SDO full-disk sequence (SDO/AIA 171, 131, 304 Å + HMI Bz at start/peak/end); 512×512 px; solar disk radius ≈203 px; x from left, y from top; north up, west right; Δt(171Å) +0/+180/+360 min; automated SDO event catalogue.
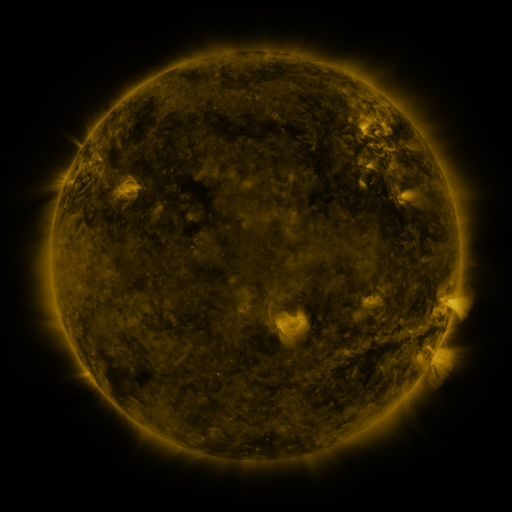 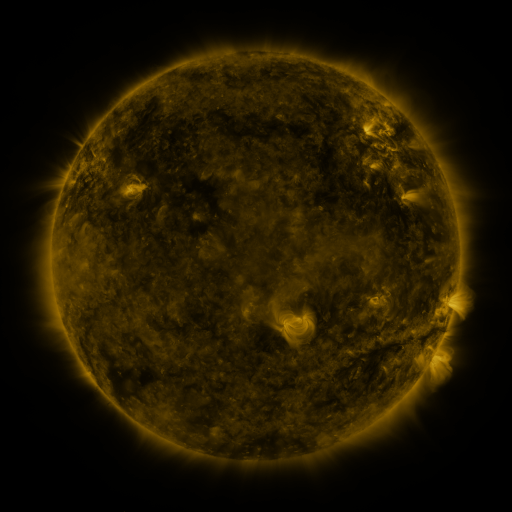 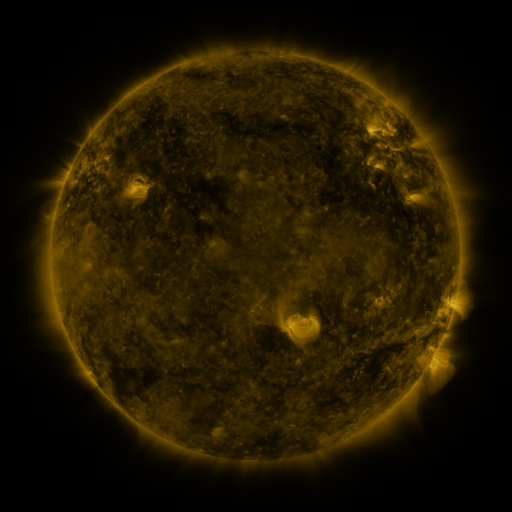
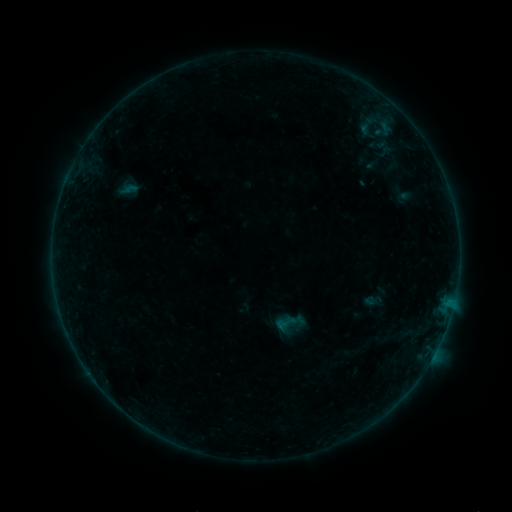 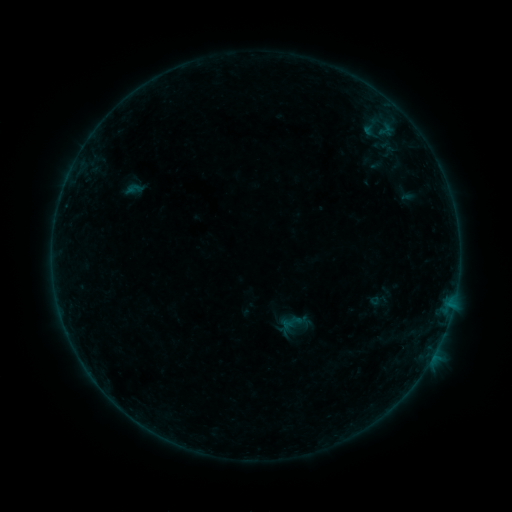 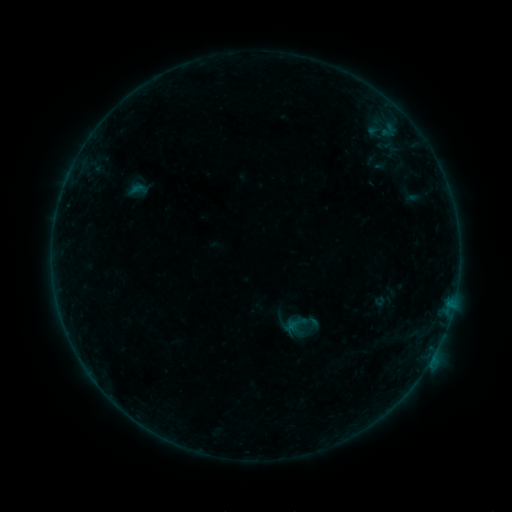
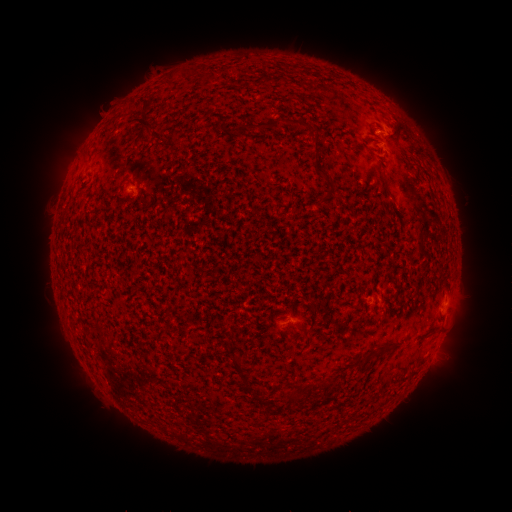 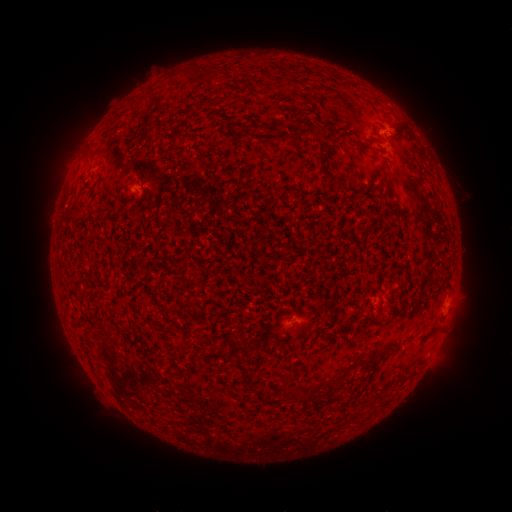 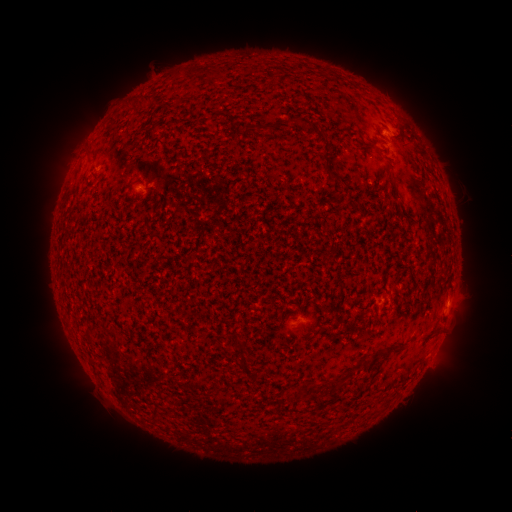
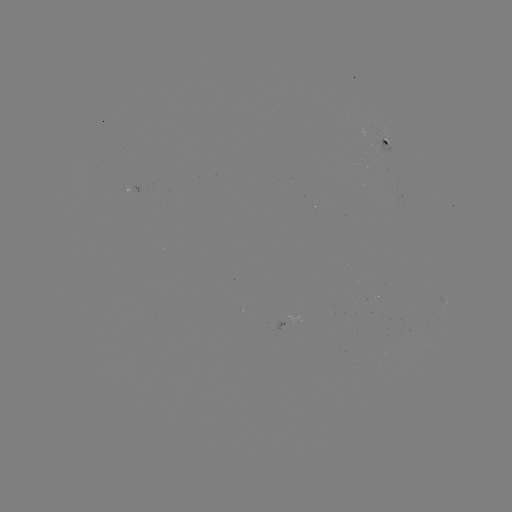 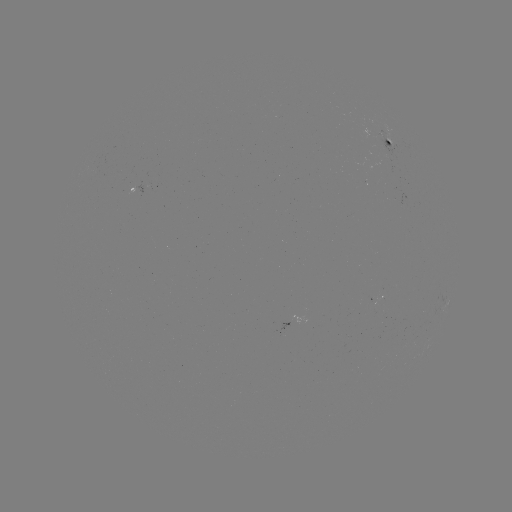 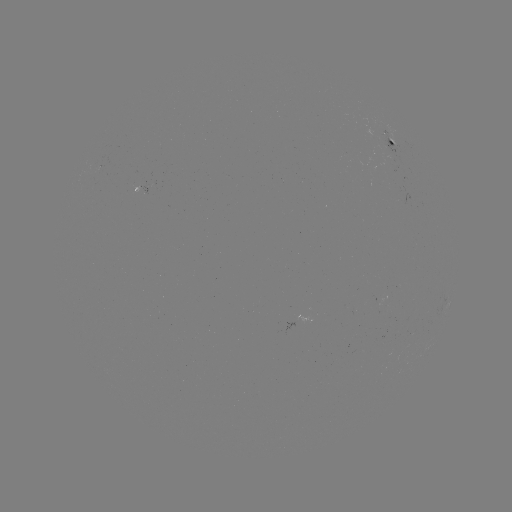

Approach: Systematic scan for filament eruption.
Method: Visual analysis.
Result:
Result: filament eruption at [81, 390].